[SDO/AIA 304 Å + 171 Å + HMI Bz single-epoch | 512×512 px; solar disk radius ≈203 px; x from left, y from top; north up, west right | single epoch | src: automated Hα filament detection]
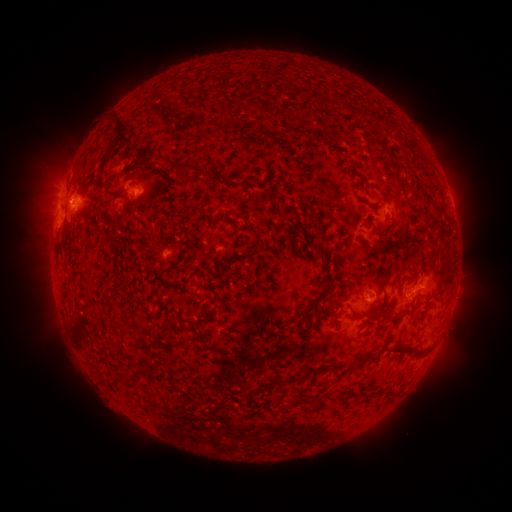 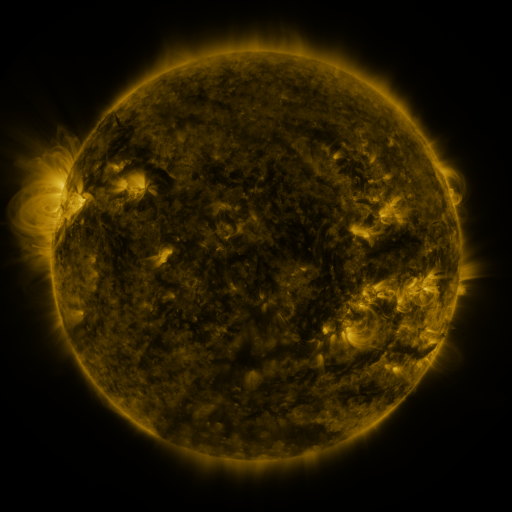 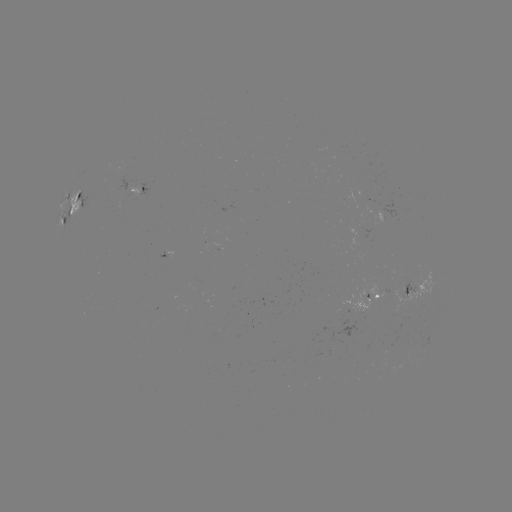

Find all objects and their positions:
filament: (122, 129)
filament: (411, 148)
filament: (104, 162)
filament: (191, 165)
filament: (279, 205)
filament: (68, 216)
filament: (433, 224)
filament: (416, 233)
filament: (441, 237)
filament: (320, 254)
filament: (448, 280)
filament: (401, 288)
filament: (324, 293)
filament: (356, 316)
filament: (388, 319)
filament: (168, 358)
filament: (354, 366)
filament: (136, 372)
filament: (277, 383)
